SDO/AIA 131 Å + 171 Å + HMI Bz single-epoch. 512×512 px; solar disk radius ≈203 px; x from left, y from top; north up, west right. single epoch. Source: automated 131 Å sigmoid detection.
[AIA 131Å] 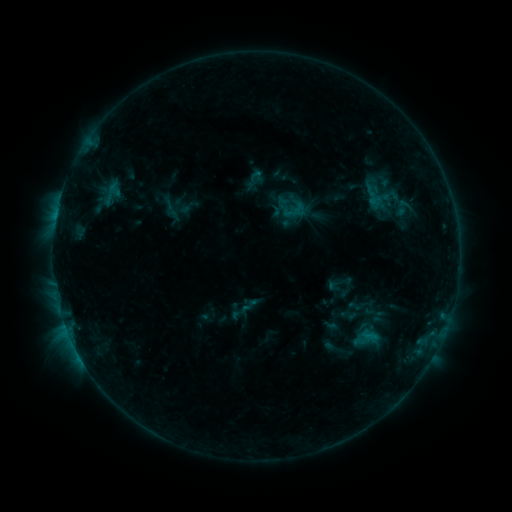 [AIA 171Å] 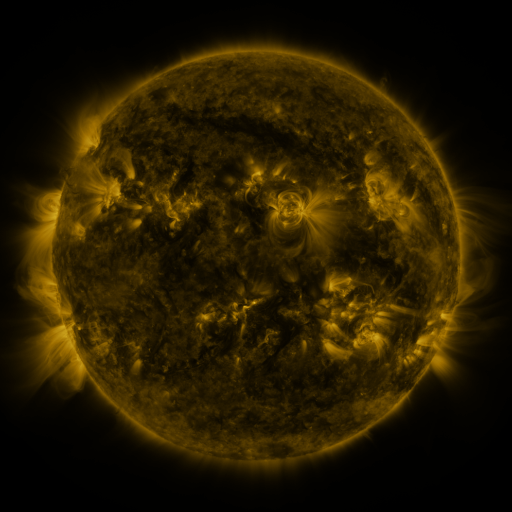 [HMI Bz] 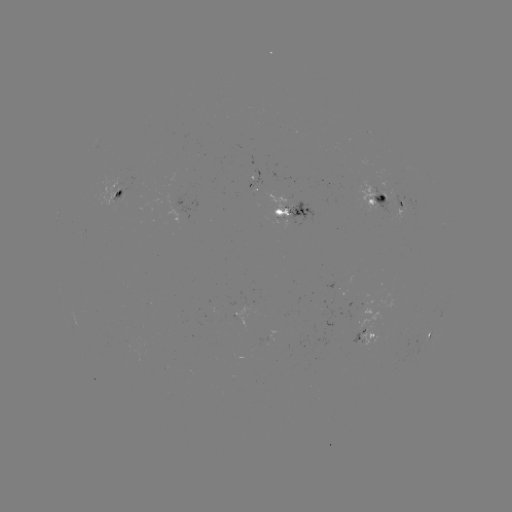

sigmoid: [98, 179, 125, 206]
